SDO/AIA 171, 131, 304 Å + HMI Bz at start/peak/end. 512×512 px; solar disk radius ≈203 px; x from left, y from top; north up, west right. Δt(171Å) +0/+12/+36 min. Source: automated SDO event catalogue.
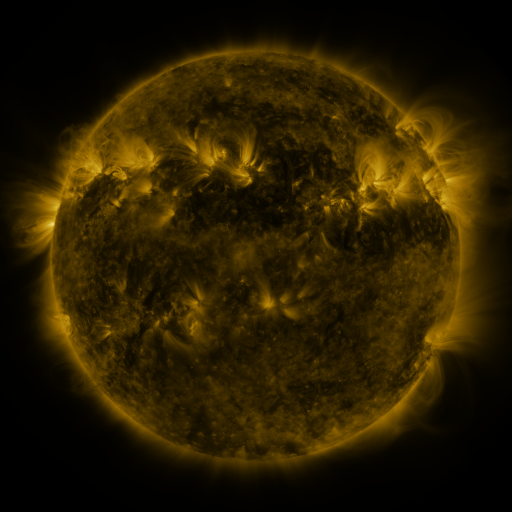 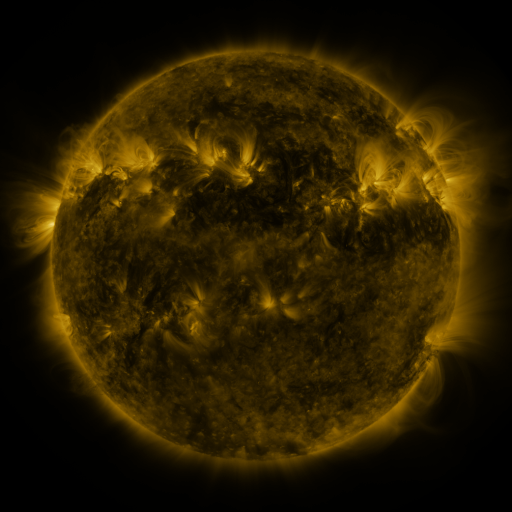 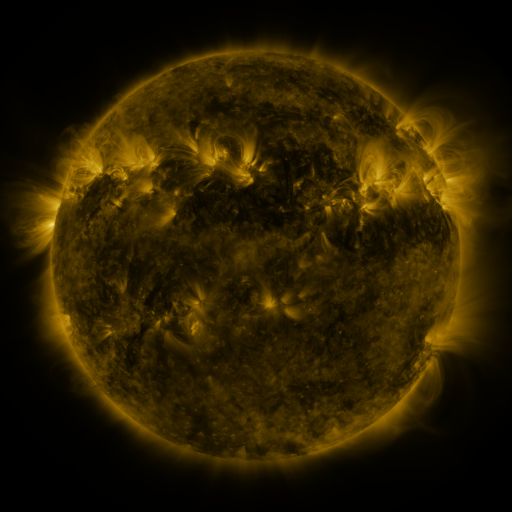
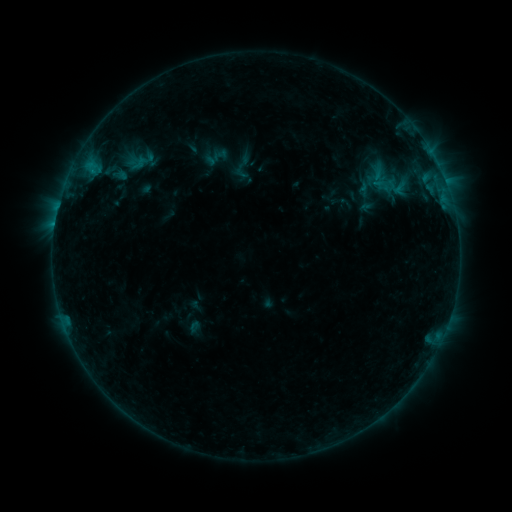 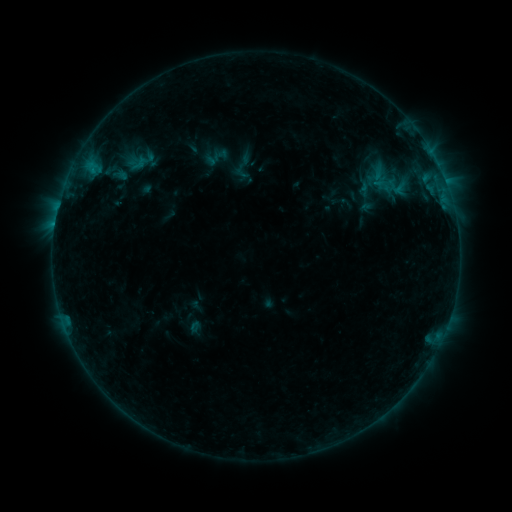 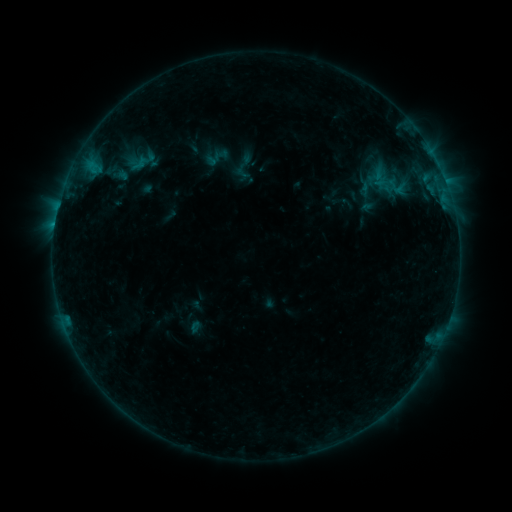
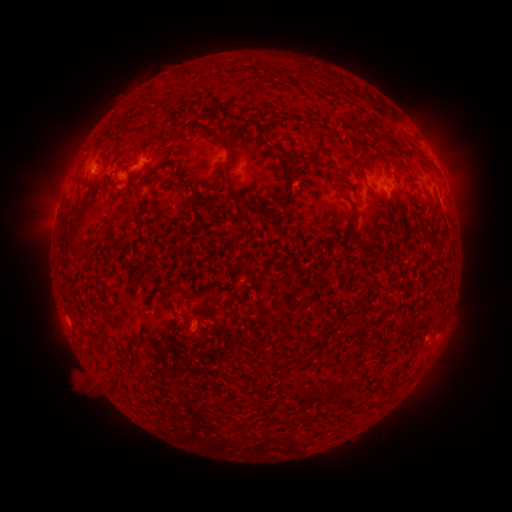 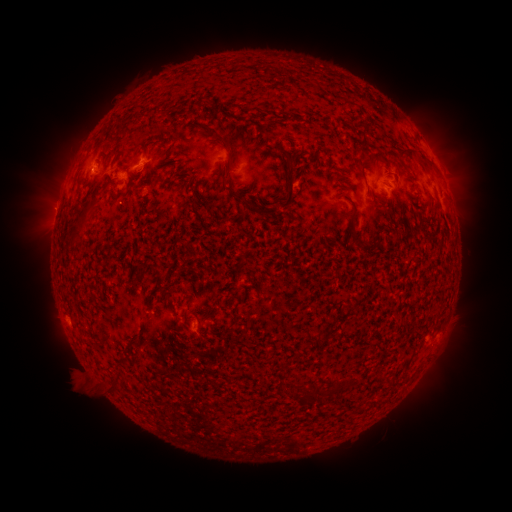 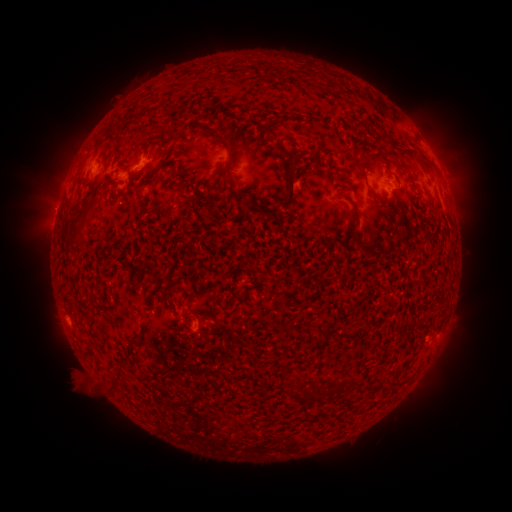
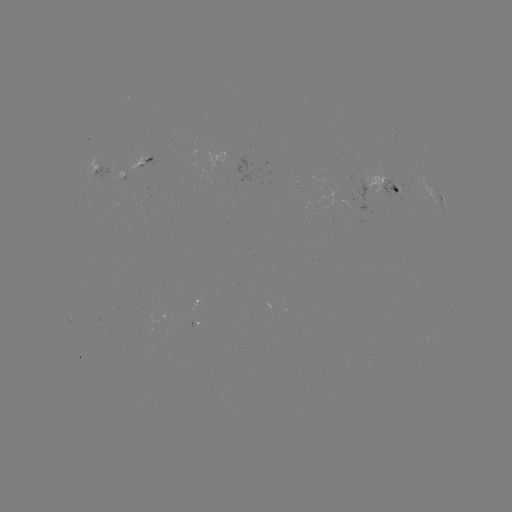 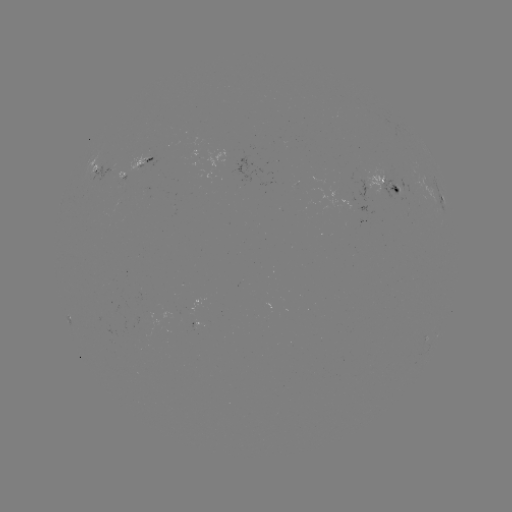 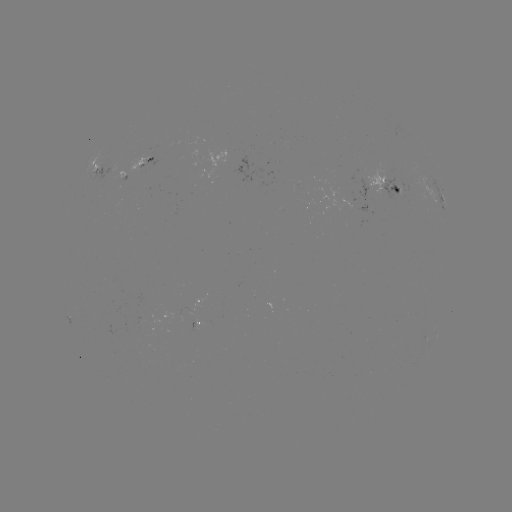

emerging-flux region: [378, 175, 402, 200]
